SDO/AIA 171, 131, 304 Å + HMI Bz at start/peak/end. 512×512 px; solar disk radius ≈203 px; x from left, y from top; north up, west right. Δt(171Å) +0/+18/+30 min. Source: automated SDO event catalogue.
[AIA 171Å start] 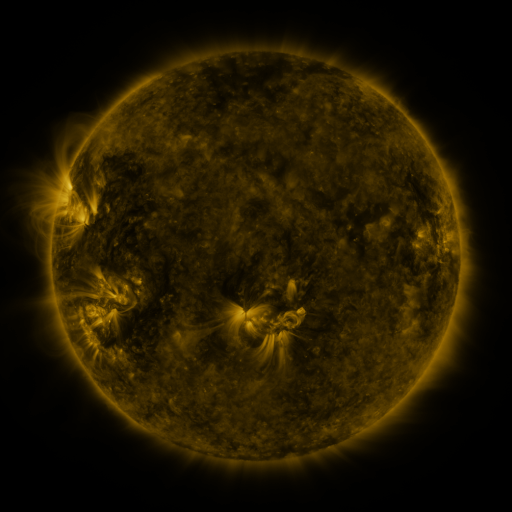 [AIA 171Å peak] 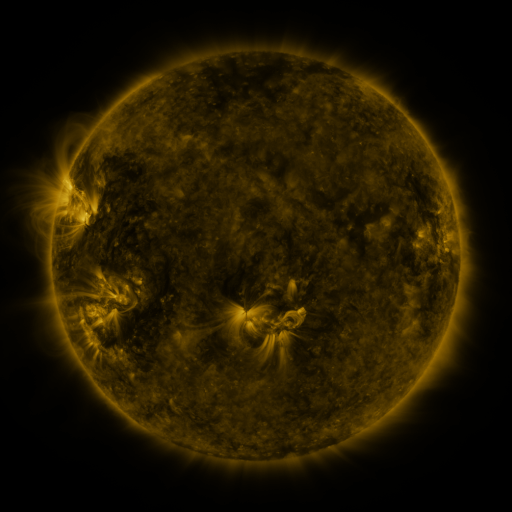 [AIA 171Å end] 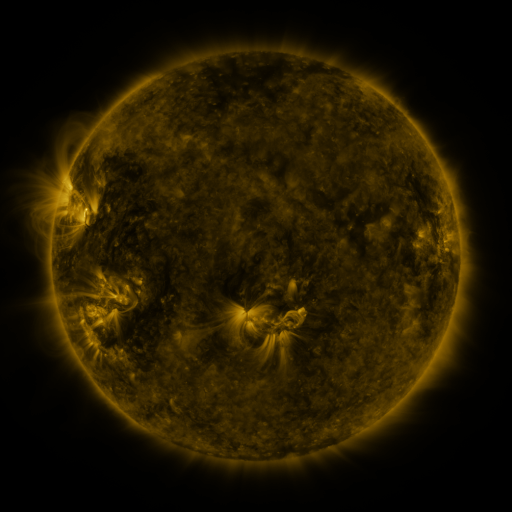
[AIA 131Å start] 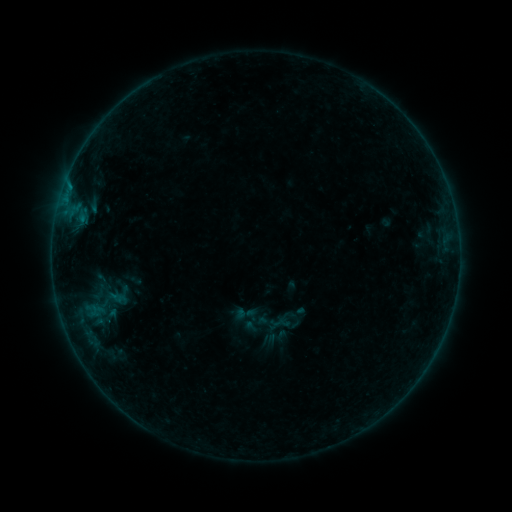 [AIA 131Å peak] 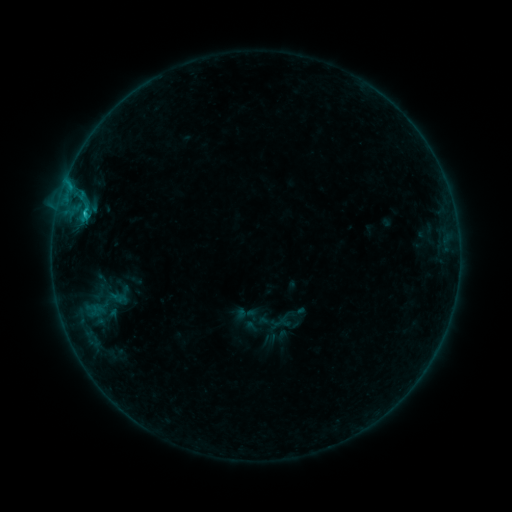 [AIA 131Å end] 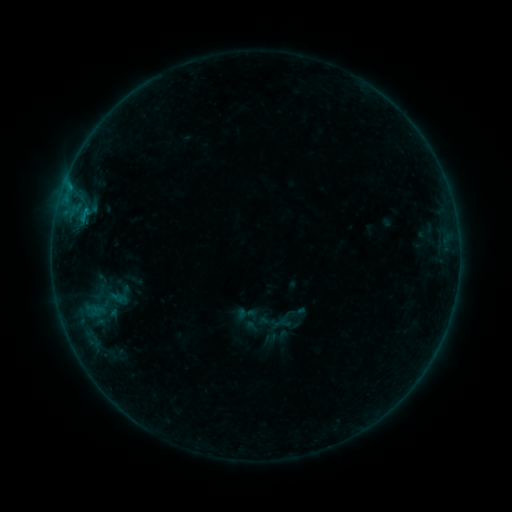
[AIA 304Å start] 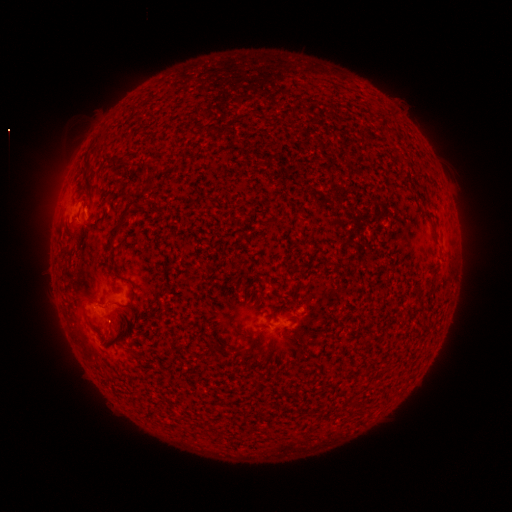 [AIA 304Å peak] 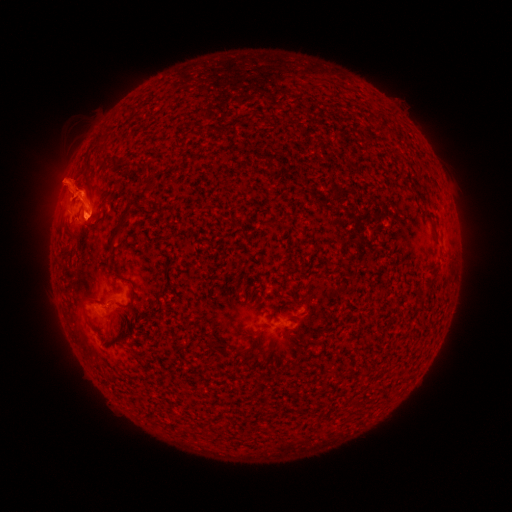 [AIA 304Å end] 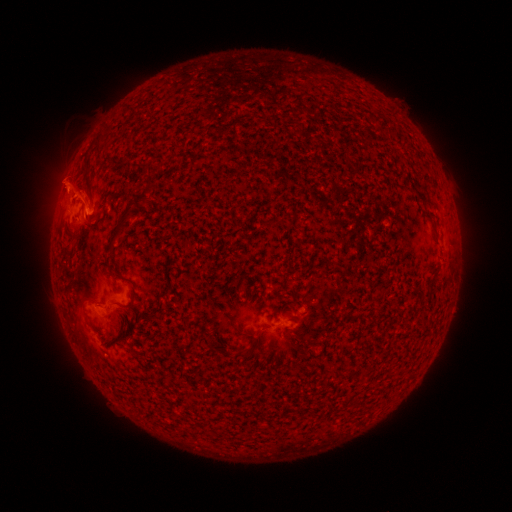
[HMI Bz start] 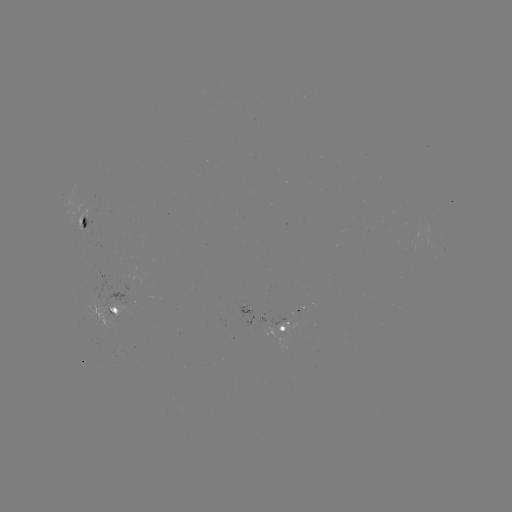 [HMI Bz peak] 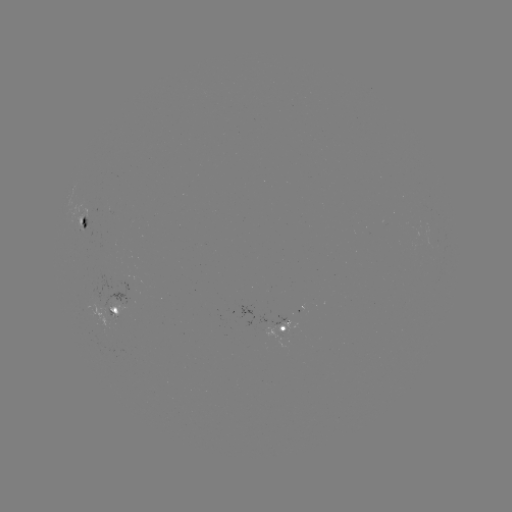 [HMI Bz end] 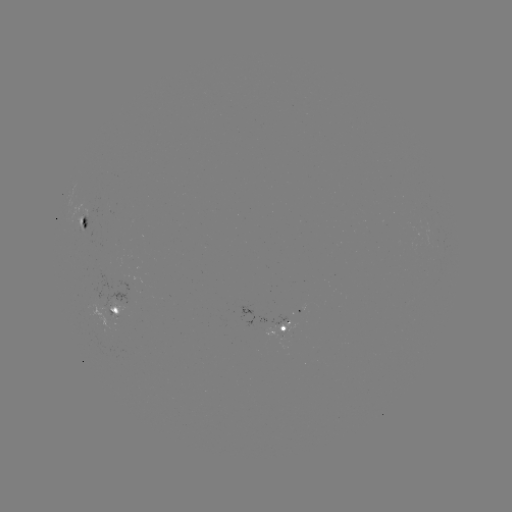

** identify eruption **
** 80,190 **